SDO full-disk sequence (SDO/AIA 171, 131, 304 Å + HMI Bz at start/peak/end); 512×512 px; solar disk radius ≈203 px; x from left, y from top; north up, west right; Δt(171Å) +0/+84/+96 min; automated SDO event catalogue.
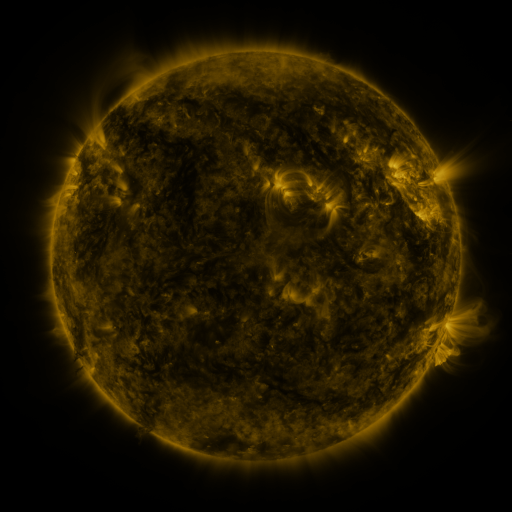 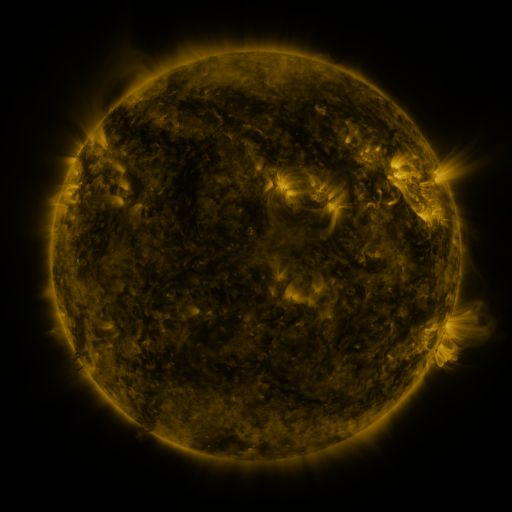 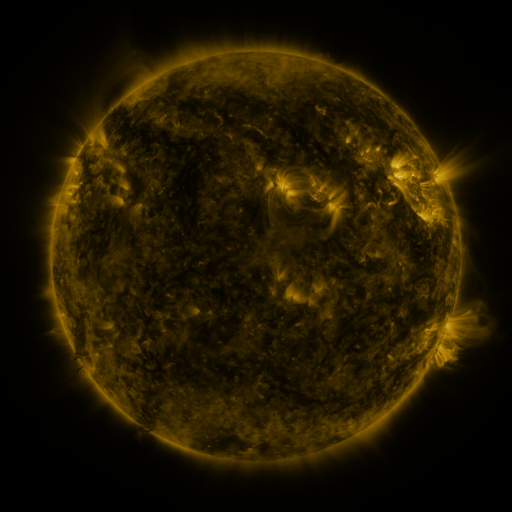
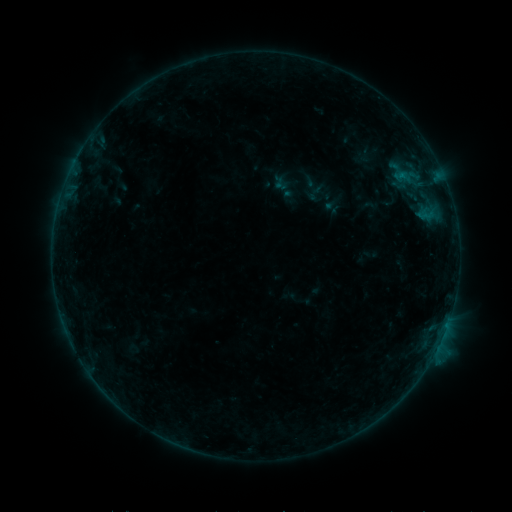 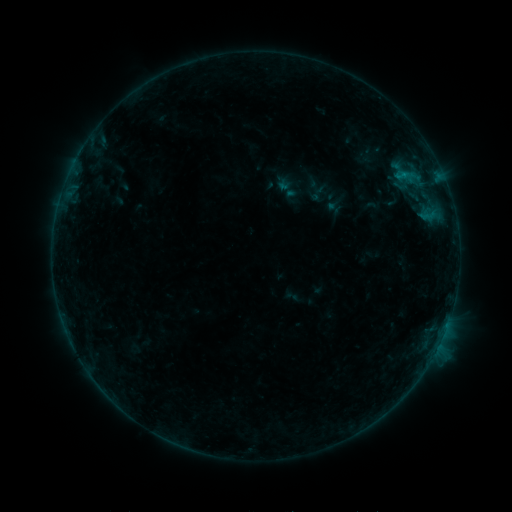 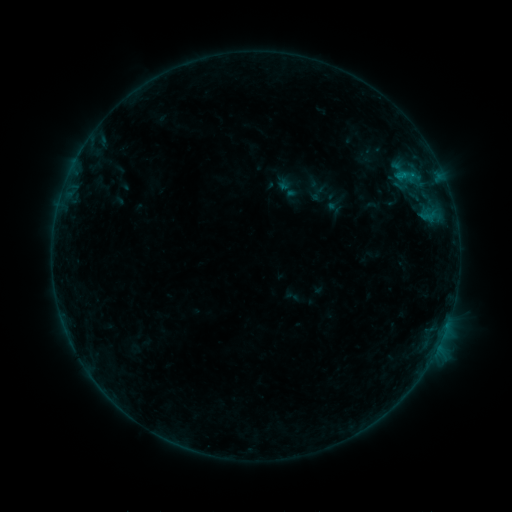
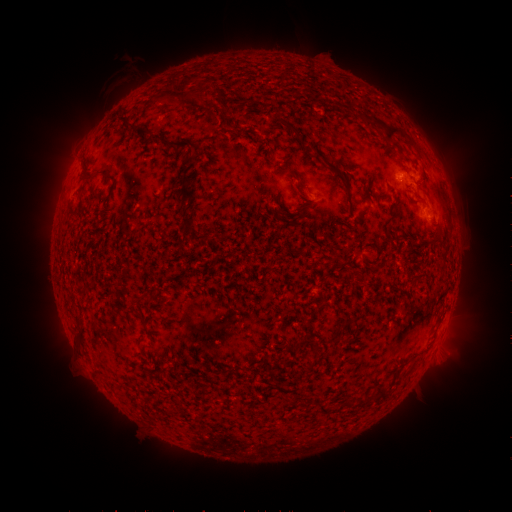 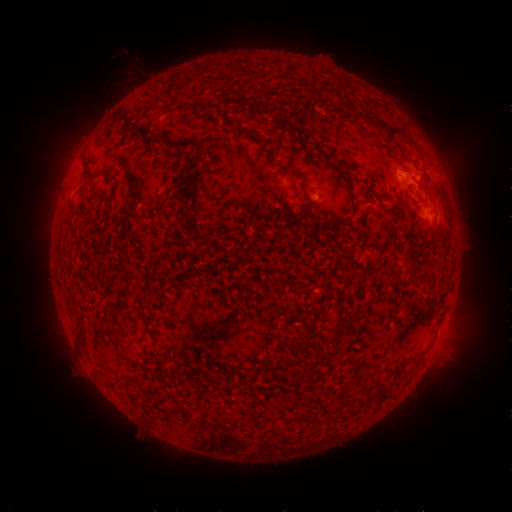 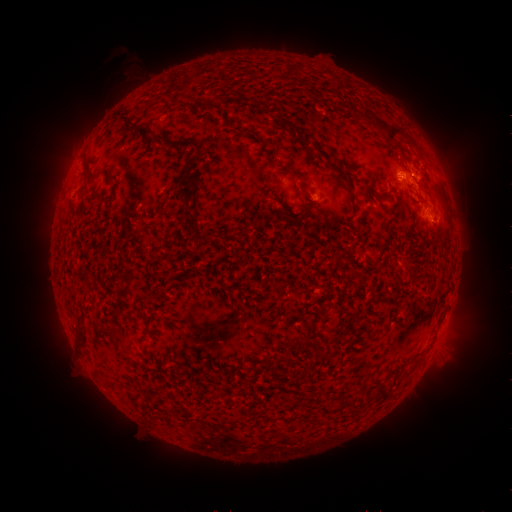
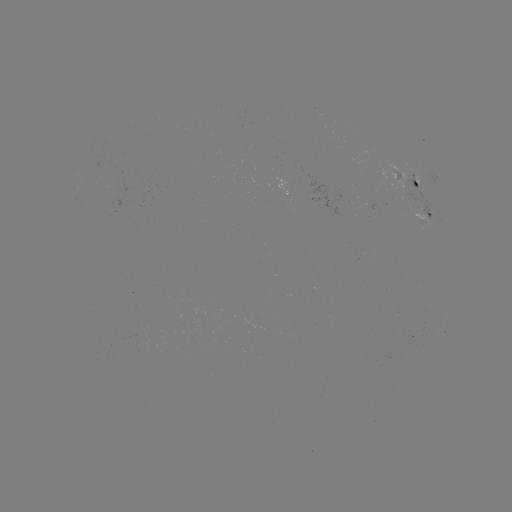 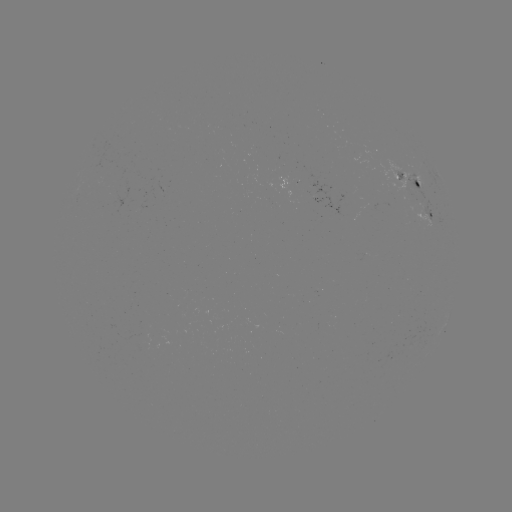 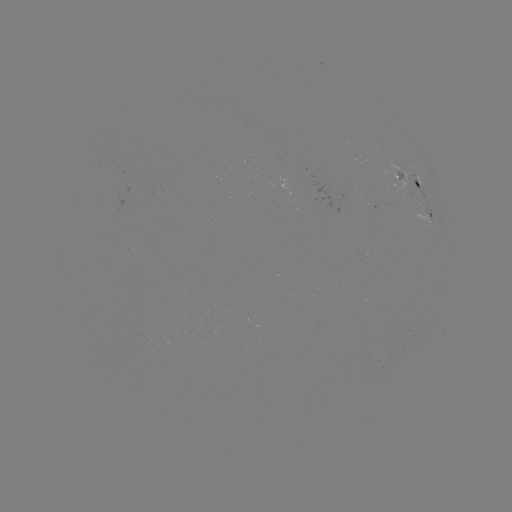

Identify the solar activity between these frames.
emerging-flux region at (396, 181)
